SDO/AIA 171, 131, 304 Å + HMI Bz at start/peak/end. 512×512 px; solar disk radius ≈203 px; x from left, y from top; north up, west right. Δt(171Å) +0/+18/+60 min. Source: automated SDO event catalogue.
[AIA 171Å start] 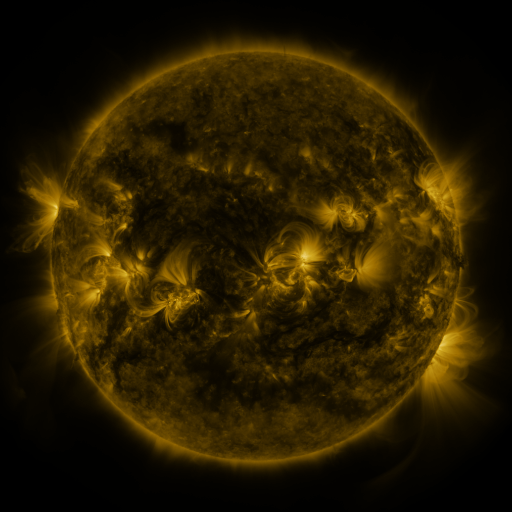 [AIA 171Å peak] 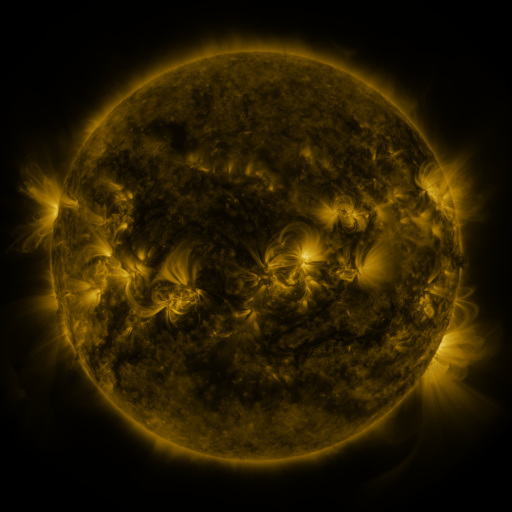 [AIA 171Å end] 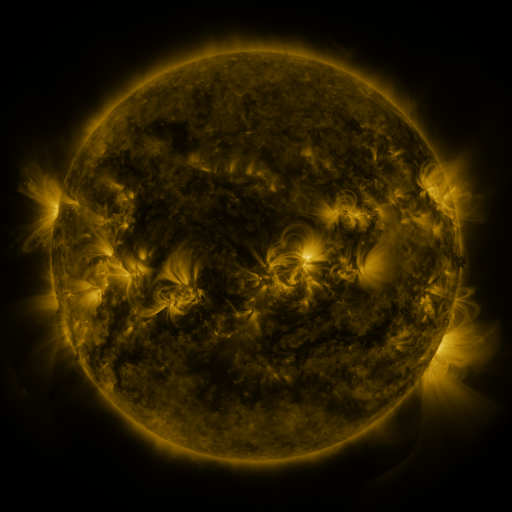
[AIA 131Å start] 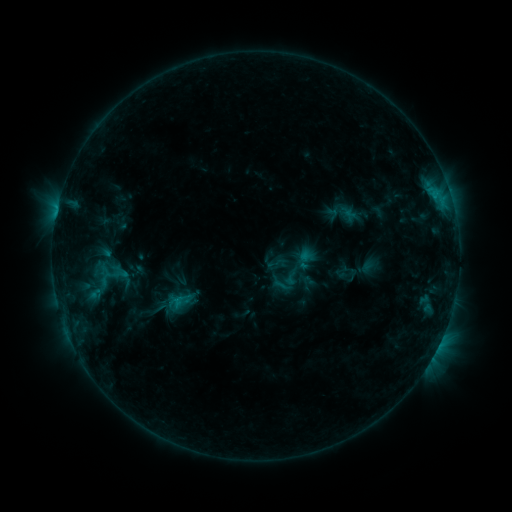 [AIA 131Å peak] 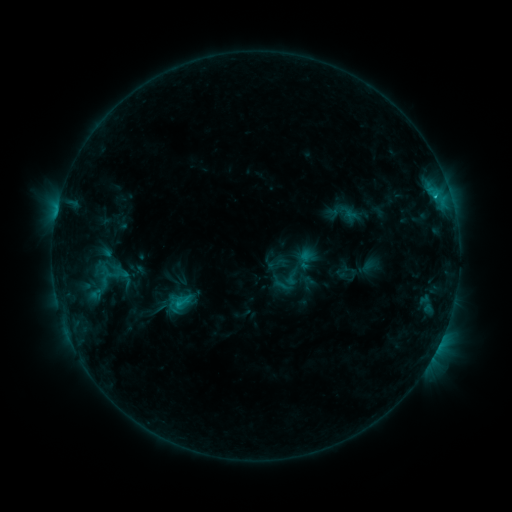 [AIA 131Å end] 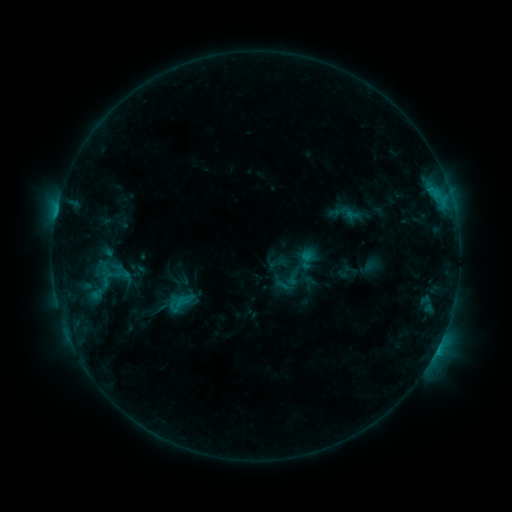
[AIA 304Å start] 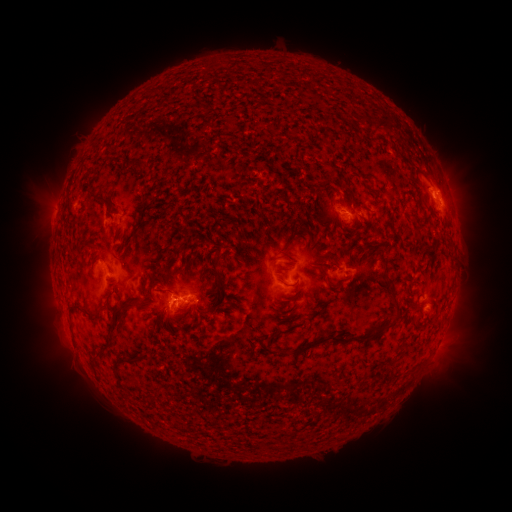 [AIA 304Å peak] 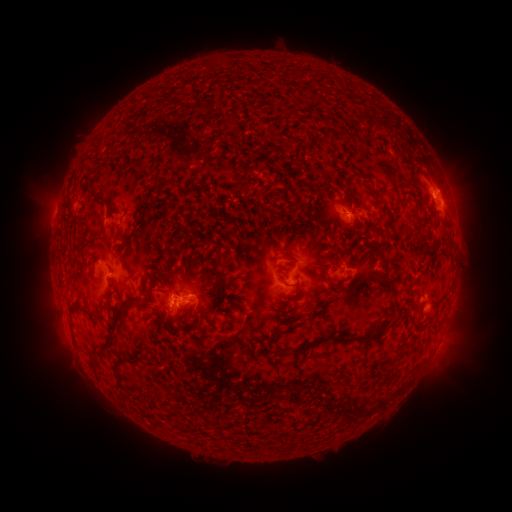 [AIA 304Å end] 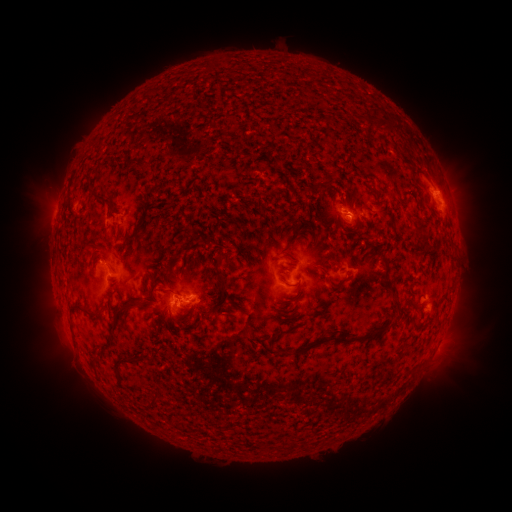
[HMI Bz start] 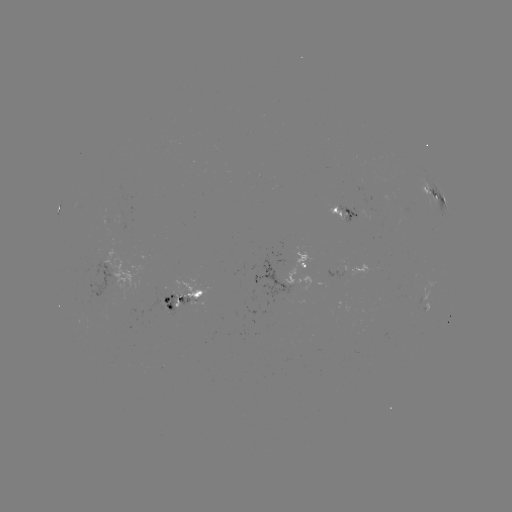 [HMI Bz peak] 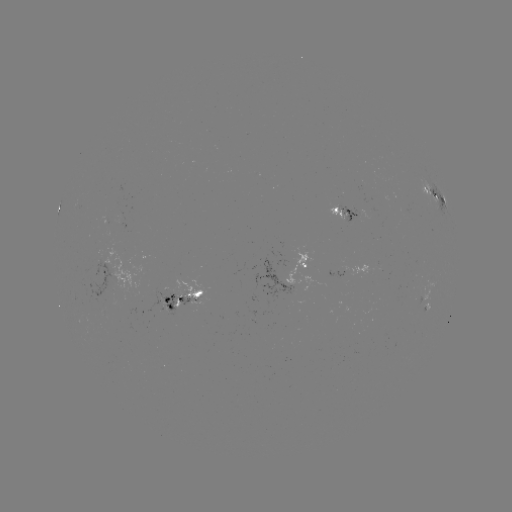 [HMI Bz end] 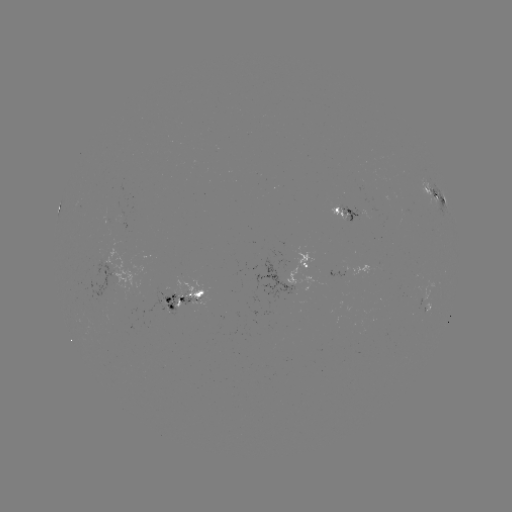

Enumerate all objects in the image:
C1.4 flare: (434, 196)
